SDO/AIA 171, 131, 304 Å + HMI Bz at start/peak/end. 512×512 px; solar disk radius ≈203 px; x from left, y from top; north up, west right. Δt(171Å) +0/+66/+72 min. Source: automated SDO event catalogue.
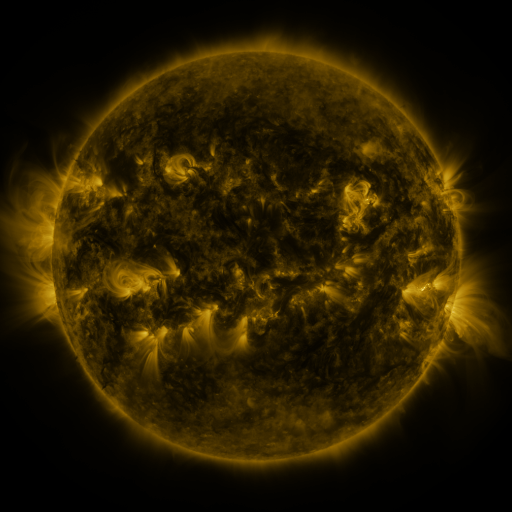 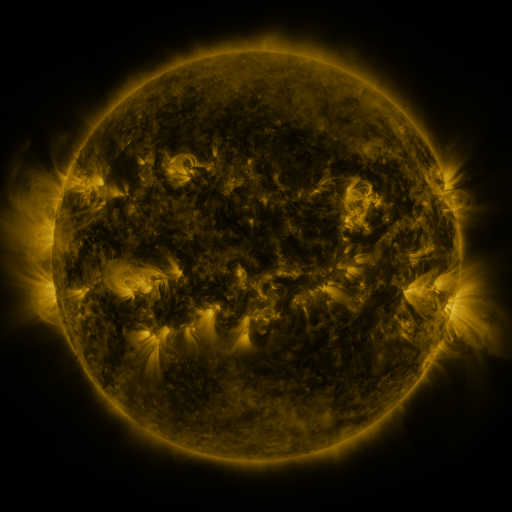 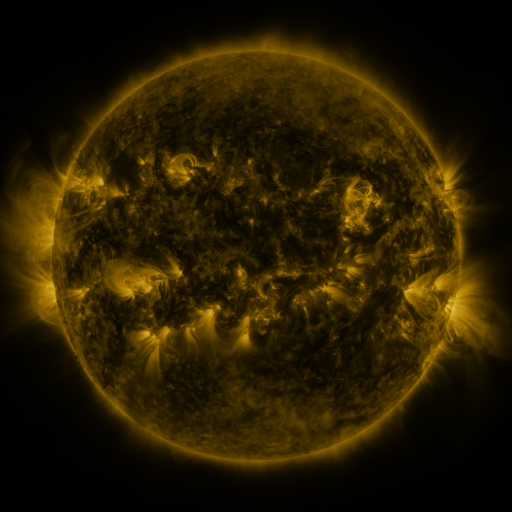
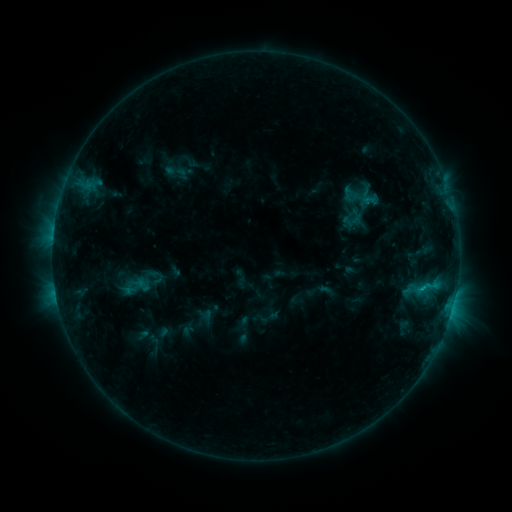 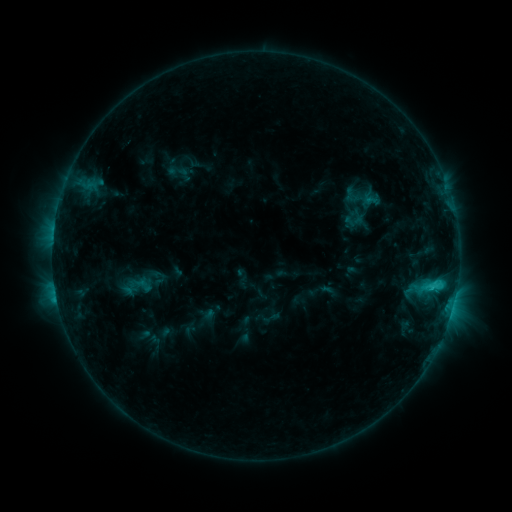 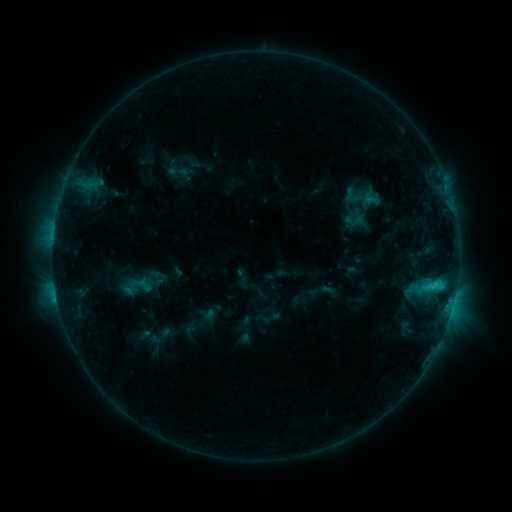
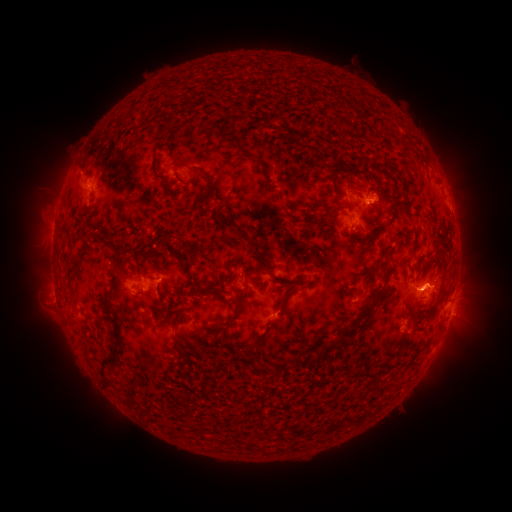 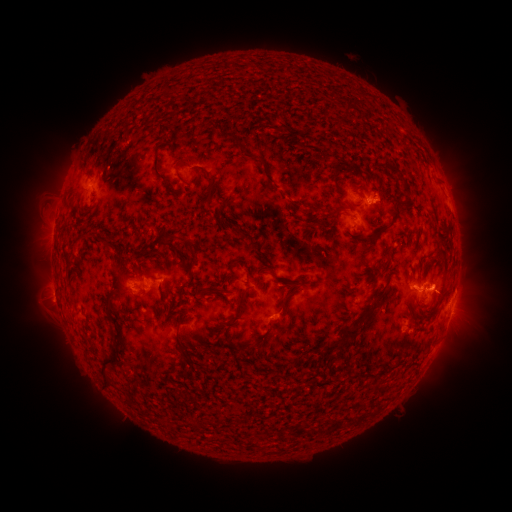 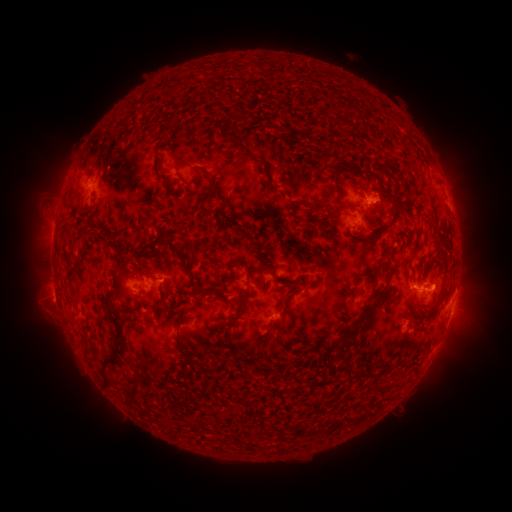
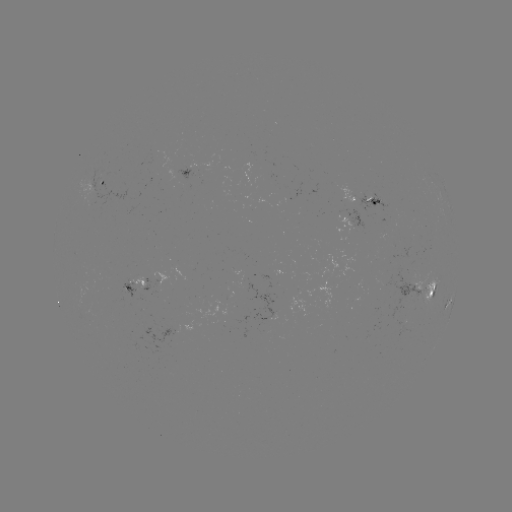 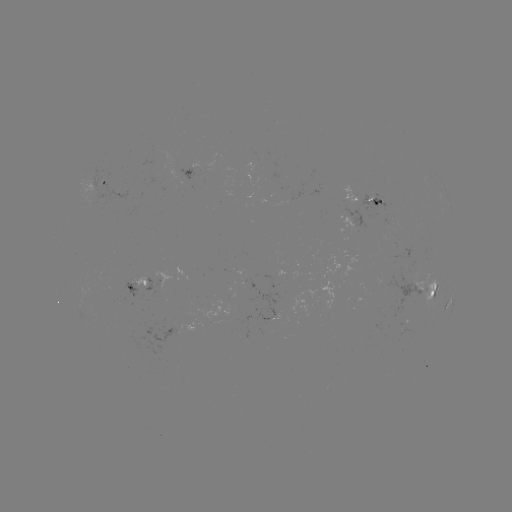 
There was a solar flare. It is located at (432, 283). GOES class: C2.1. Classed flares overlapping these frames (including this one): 1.